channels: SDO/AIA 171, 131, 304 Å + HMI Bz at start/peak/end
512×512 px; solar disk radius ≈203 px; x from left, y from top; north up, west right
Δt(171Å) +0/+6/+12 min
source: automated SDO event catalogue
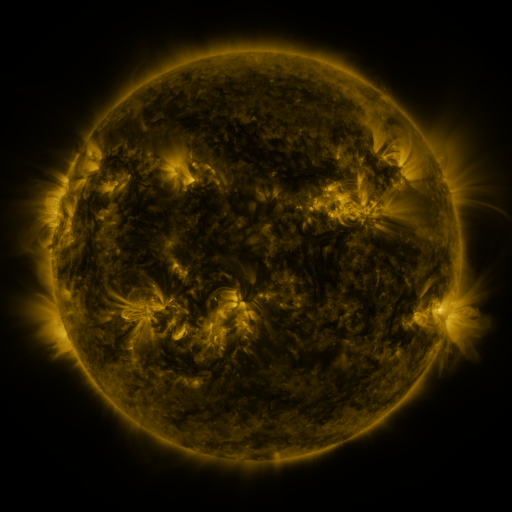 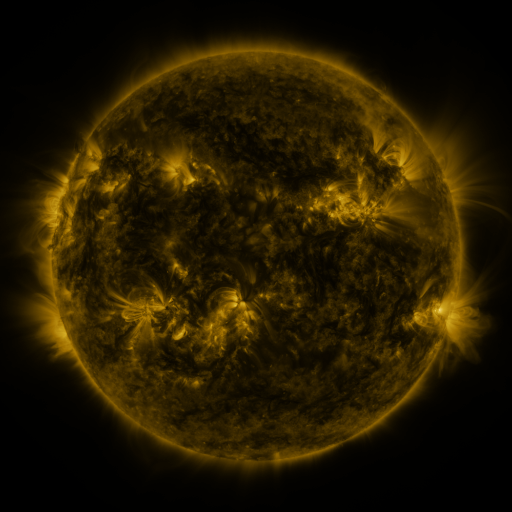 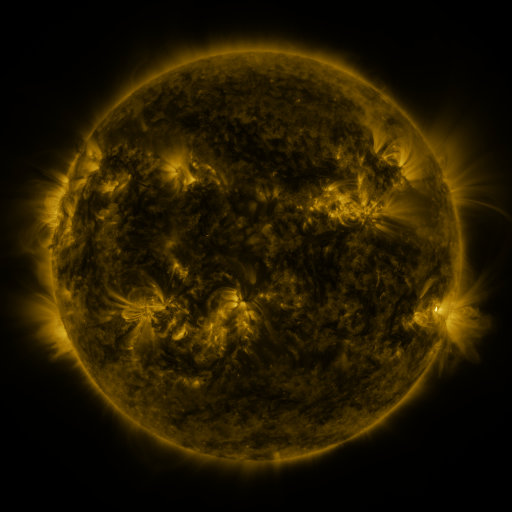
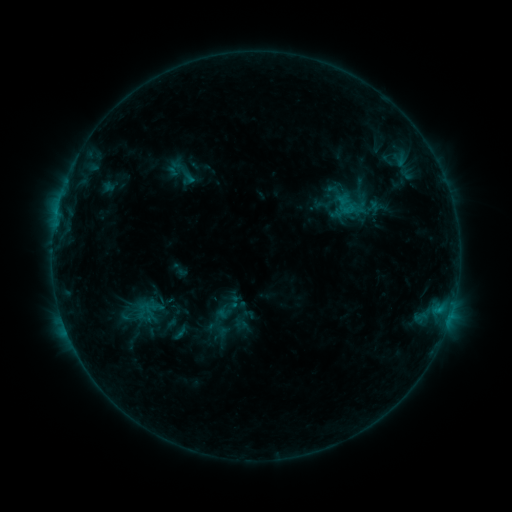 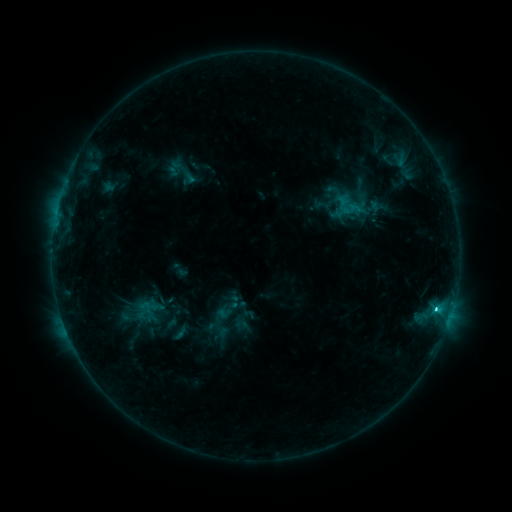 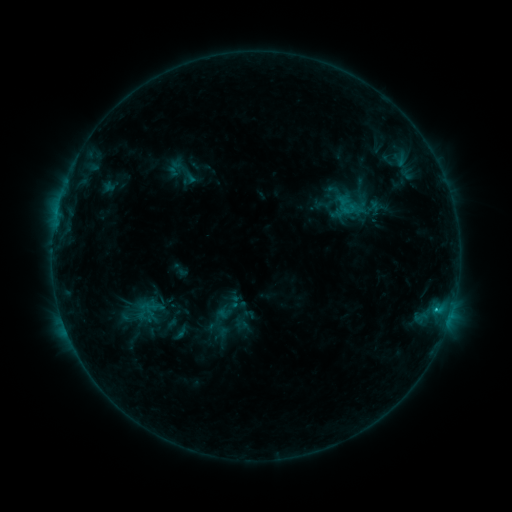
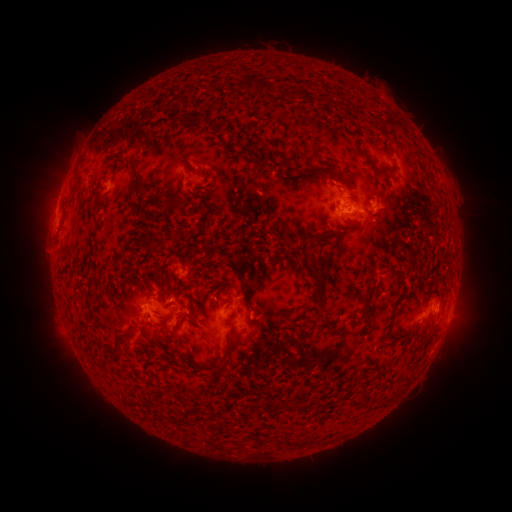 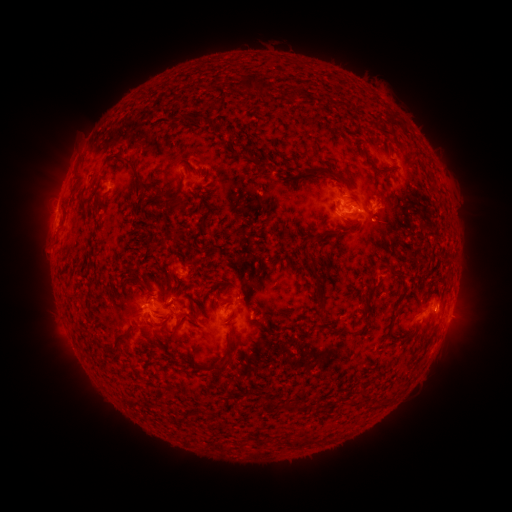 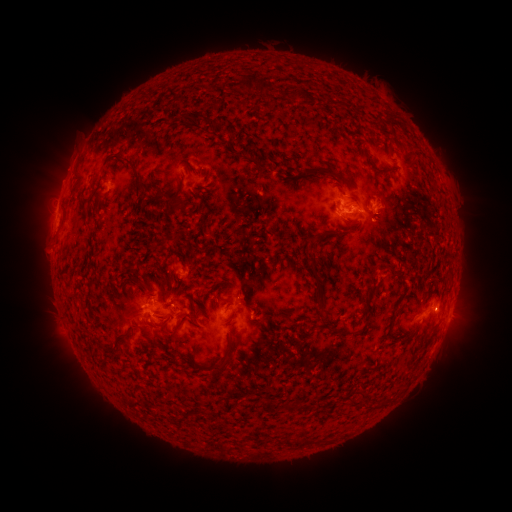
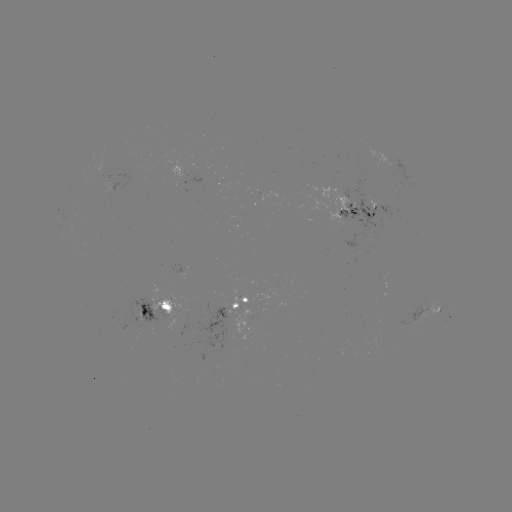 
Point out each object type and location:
C1.7 flare: (436, 306)
